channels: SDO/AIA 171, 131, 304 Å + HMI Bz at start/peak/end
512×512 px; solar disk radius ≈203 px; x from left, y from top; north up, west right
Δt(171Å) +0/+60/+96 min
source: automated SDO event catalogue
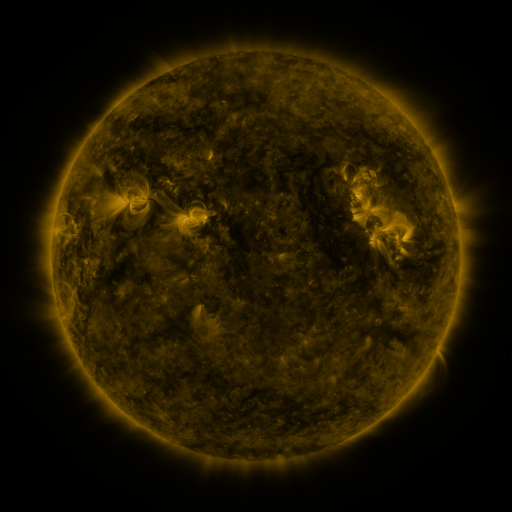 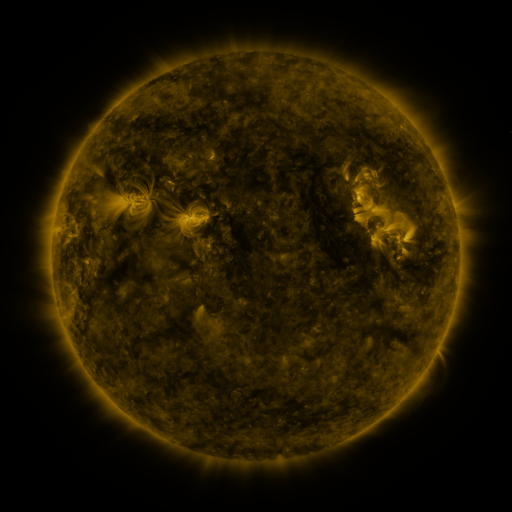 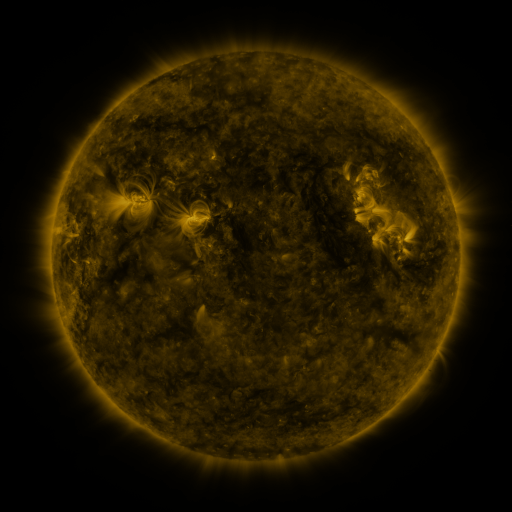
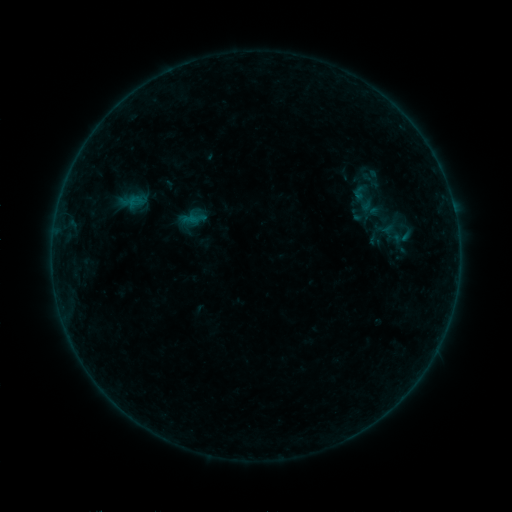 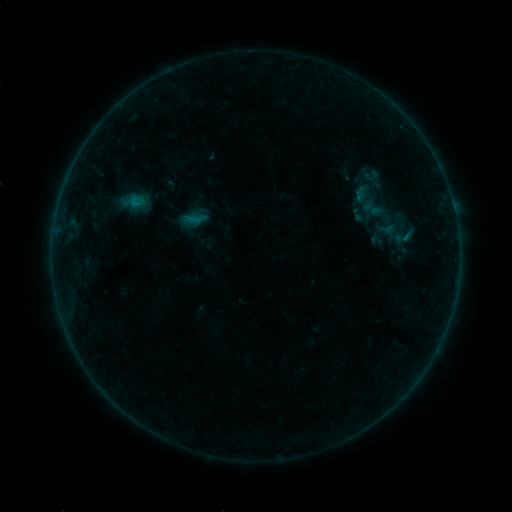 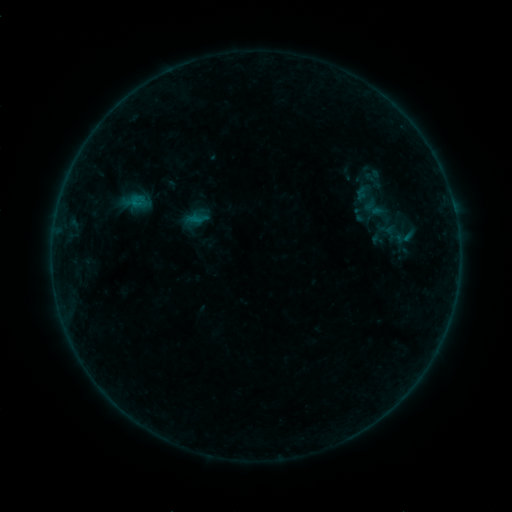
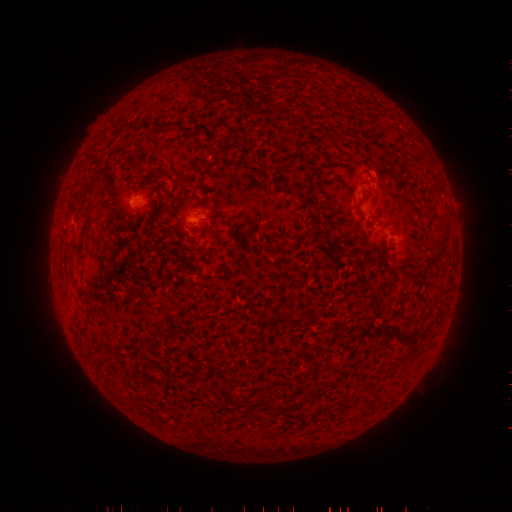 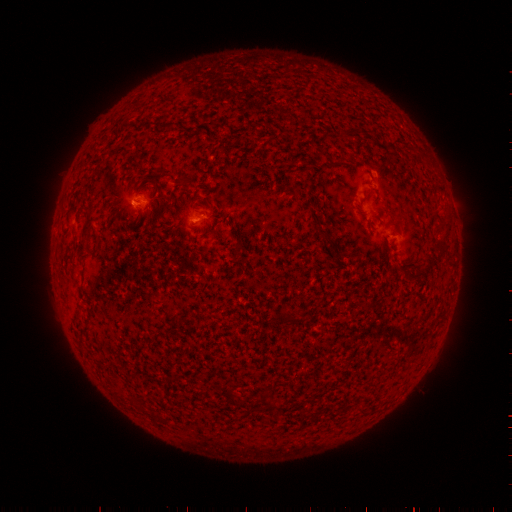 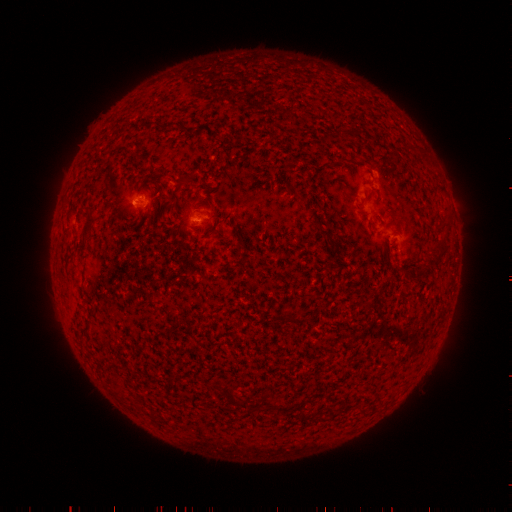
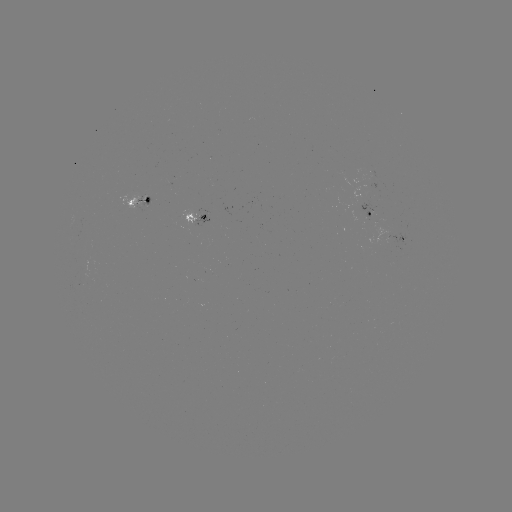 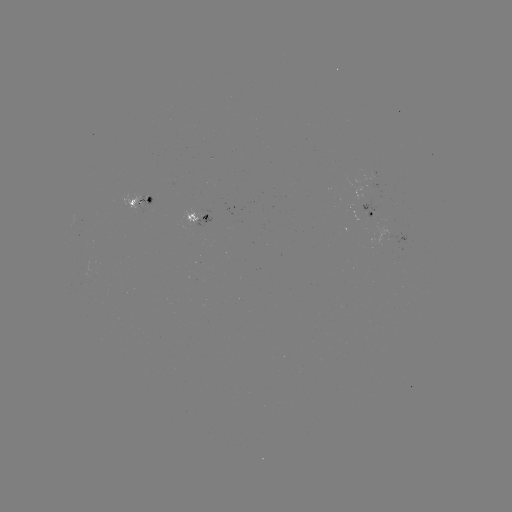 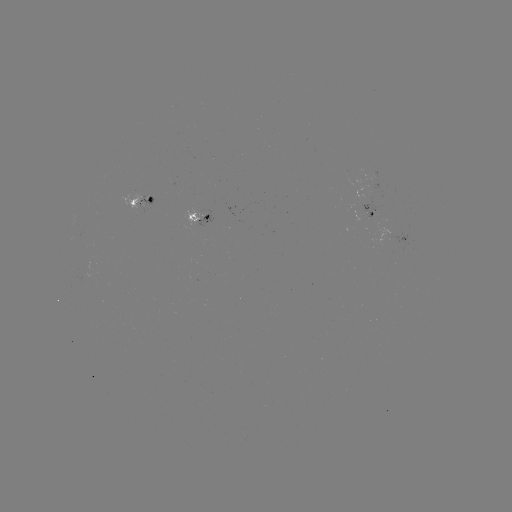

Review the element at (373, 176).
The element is emerging-flux region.